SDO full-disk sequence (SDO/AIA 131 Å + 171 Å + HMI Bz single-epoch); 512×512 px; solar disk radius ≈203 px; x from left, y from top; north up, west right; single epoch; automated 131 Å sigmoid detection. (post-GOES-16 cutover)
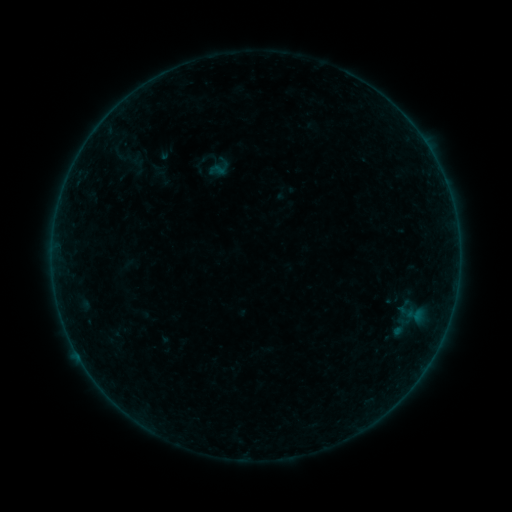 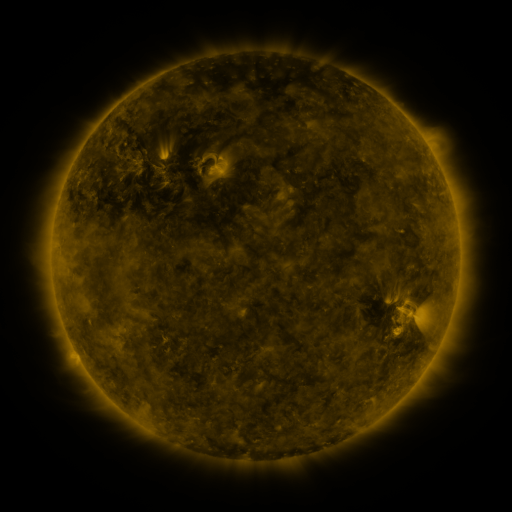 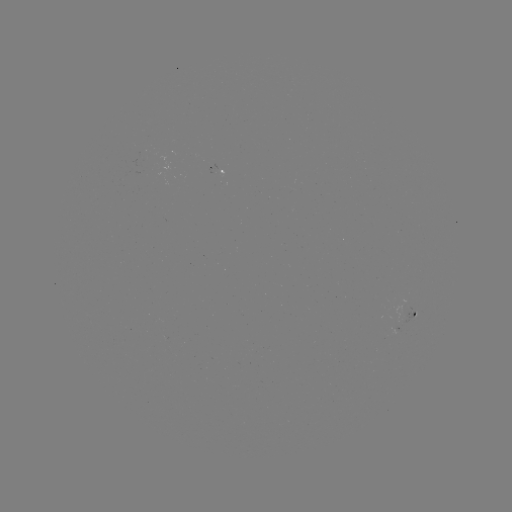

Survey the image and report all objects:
sigmoid: (201, 148, 231, 179)
